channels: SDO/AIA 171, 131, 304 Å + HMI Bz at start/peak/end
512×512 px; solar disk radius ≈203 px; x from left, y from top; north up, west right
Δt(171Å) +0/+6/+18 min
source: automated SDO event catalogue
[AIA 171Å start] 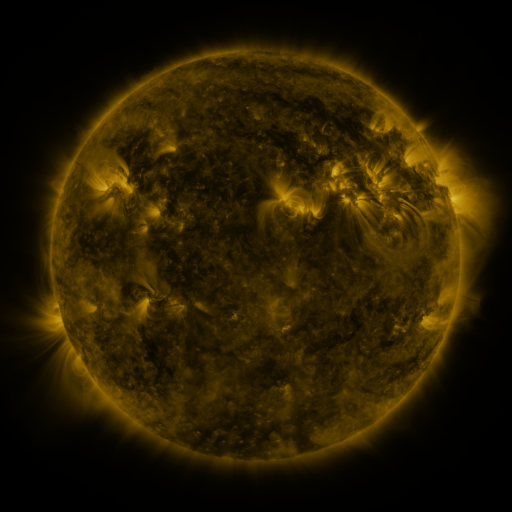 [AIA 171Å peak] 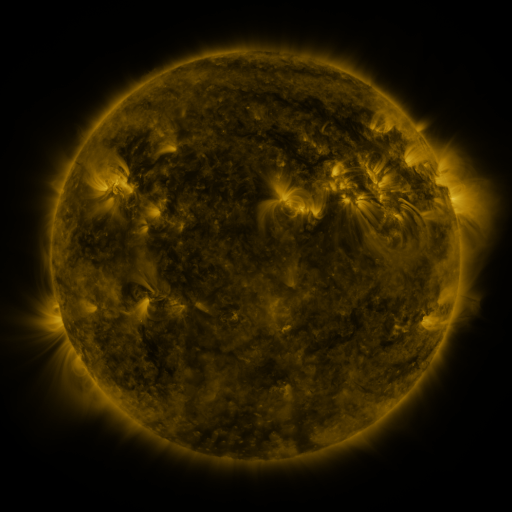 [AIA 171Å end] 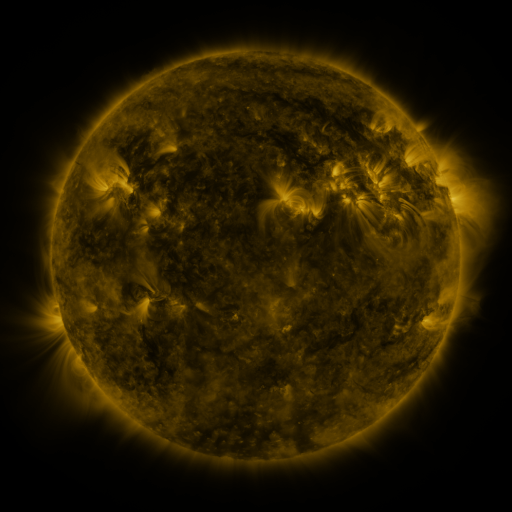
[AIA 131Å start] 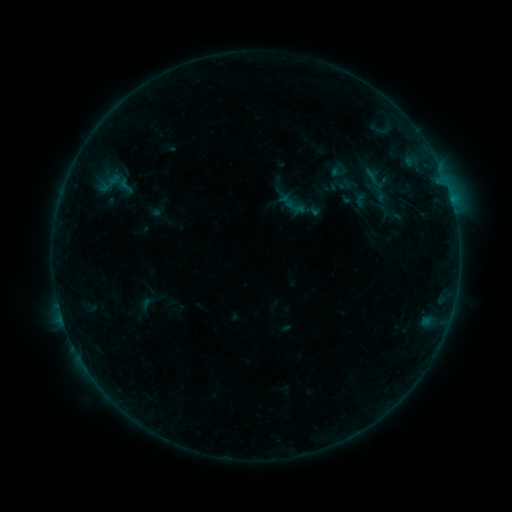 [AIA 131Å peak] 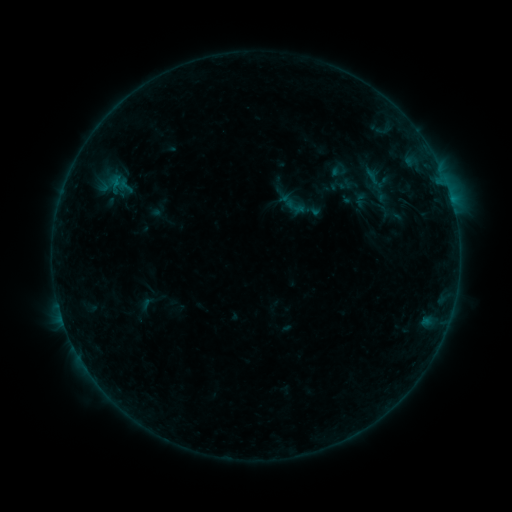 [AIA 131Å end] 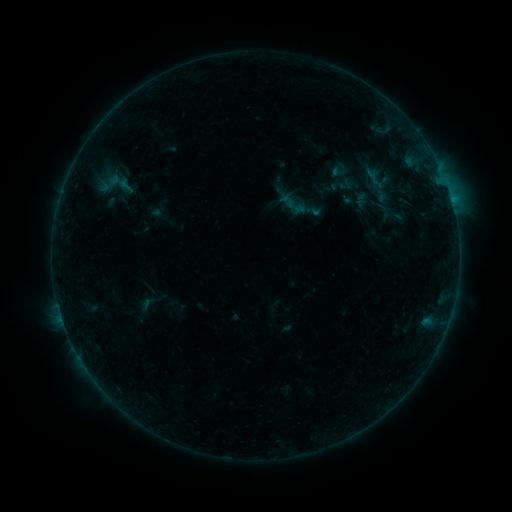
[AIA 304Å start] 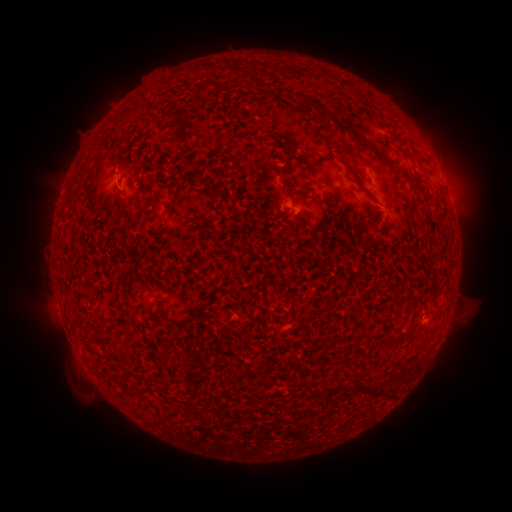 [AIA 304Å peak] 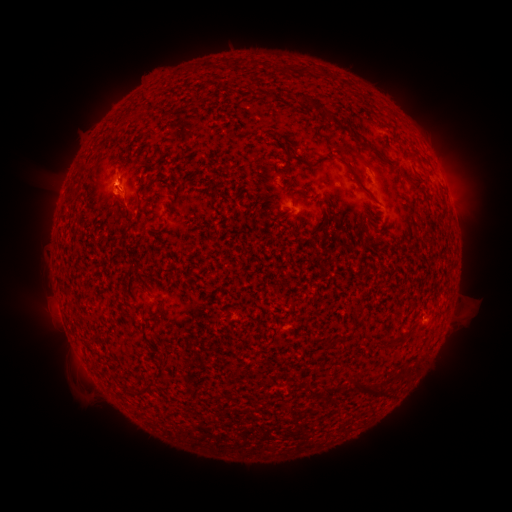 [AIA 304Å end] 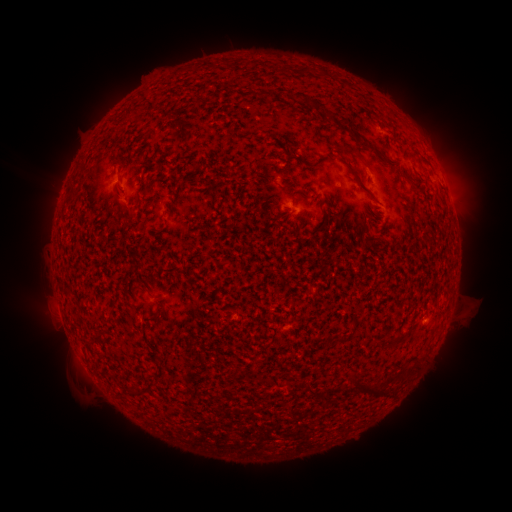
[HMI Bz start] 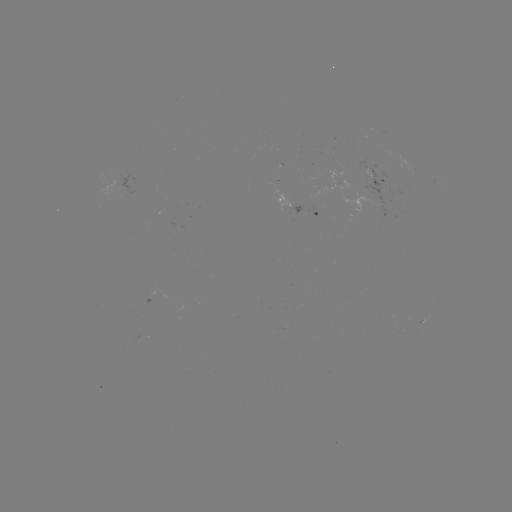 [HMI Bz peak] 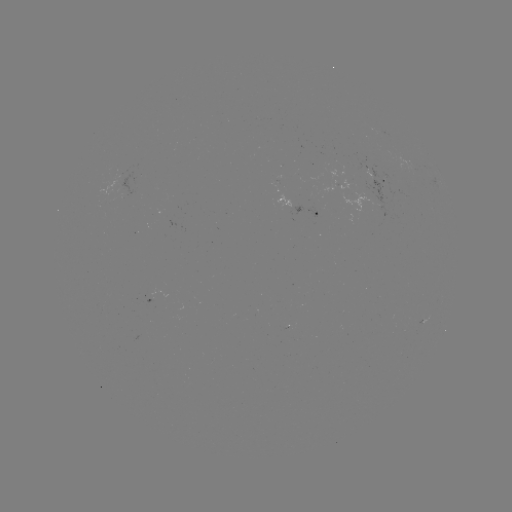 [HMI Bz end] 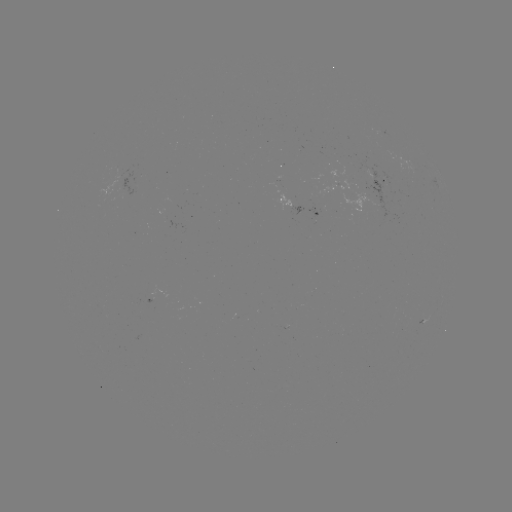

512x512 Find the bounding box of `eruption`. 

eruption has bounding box [81, 142, 158, 231].